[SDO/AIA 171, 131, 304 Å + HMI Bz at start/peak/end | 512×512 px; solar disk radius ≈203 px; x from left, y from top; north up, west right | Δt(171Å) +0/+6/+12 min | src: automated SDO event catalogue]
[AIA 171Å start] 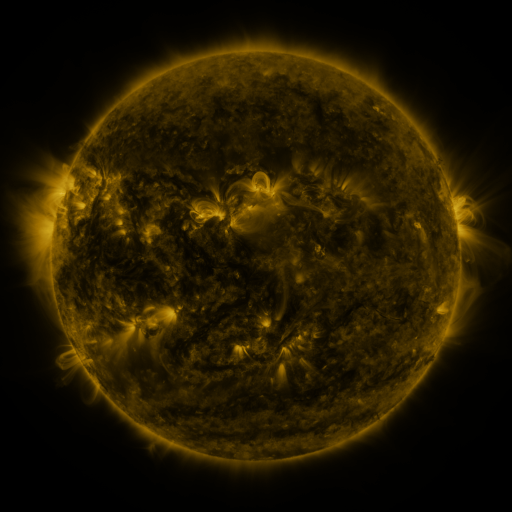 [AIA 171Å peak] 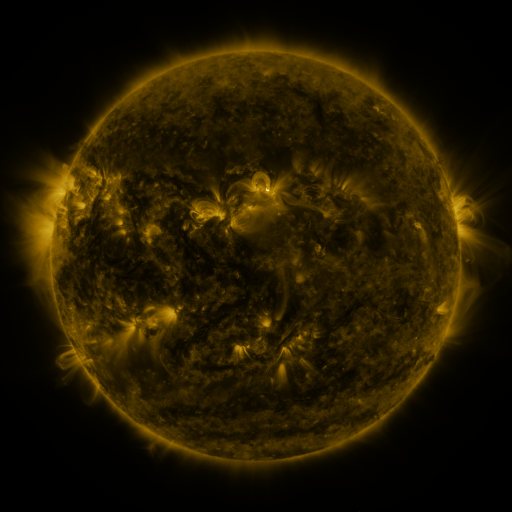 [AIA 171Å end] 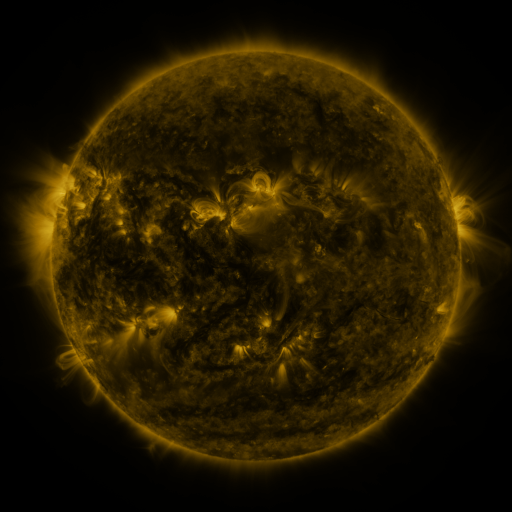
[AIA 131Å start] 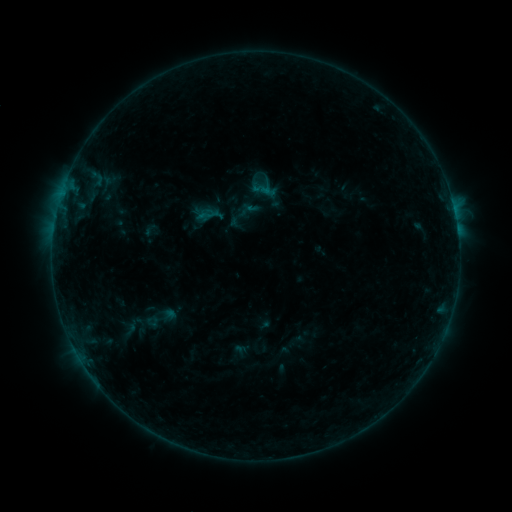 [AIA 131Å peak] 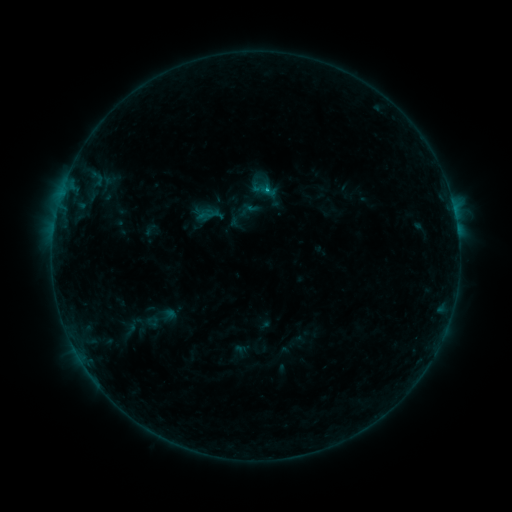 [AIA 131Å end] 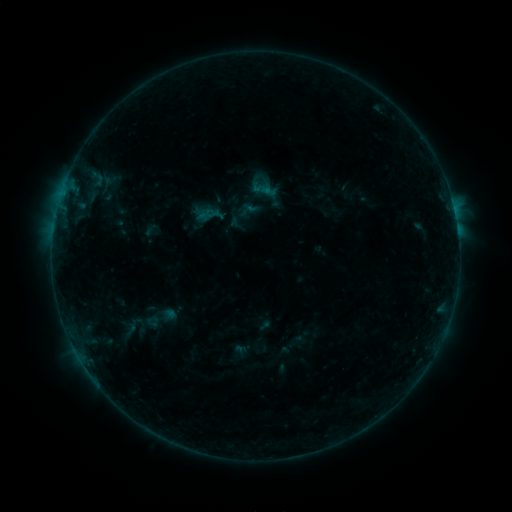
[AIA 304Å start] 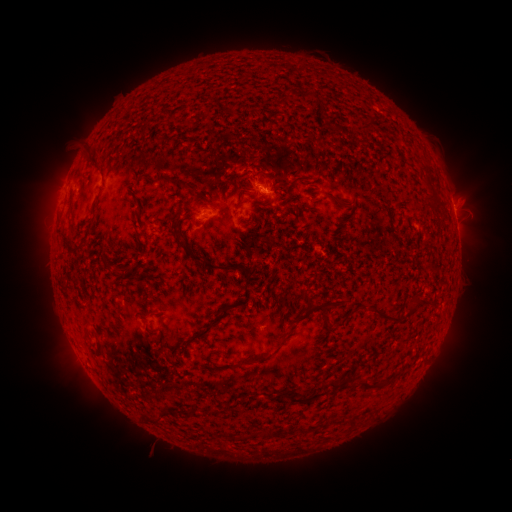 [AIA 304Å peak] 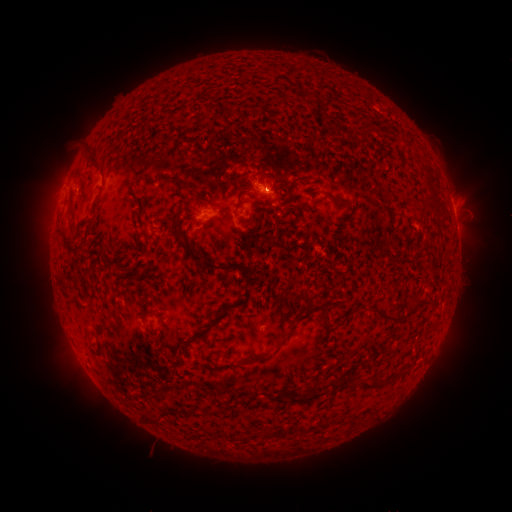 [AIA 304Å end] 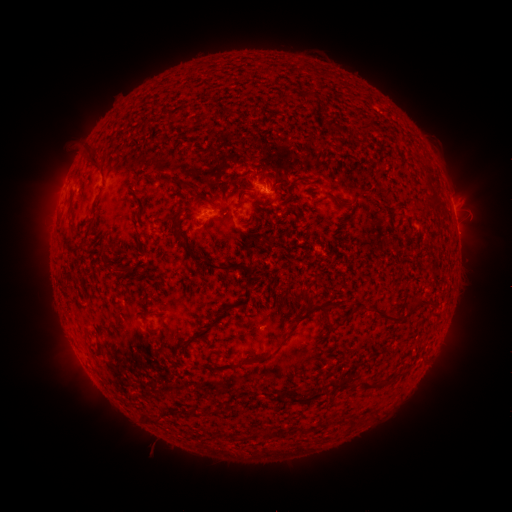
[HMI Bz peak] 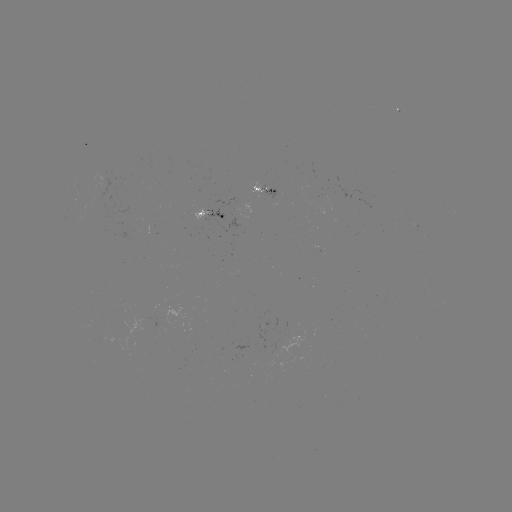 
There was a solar flare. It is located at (266, 191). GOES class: B3.6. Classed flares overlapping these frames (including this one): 1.